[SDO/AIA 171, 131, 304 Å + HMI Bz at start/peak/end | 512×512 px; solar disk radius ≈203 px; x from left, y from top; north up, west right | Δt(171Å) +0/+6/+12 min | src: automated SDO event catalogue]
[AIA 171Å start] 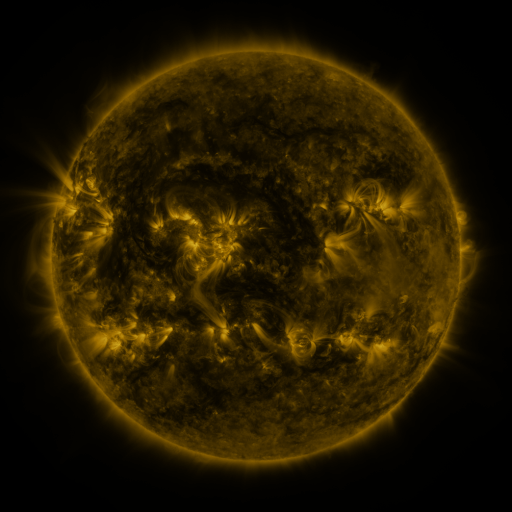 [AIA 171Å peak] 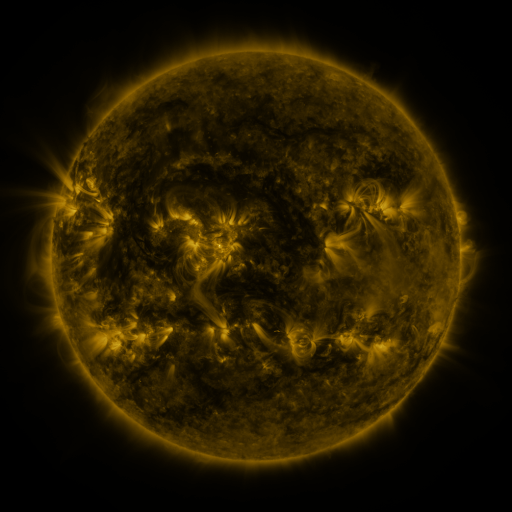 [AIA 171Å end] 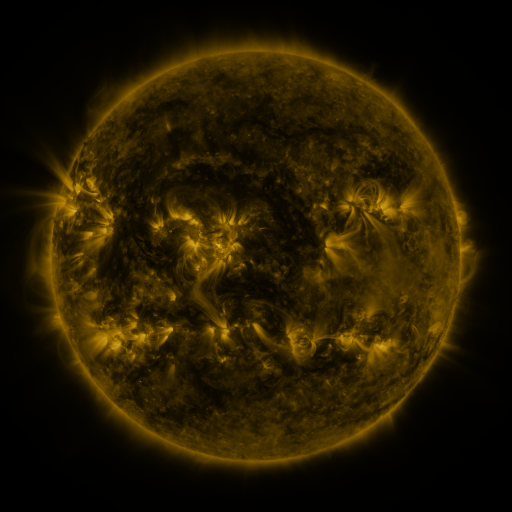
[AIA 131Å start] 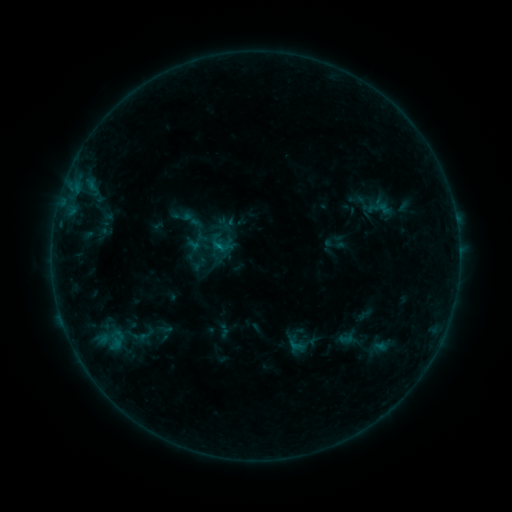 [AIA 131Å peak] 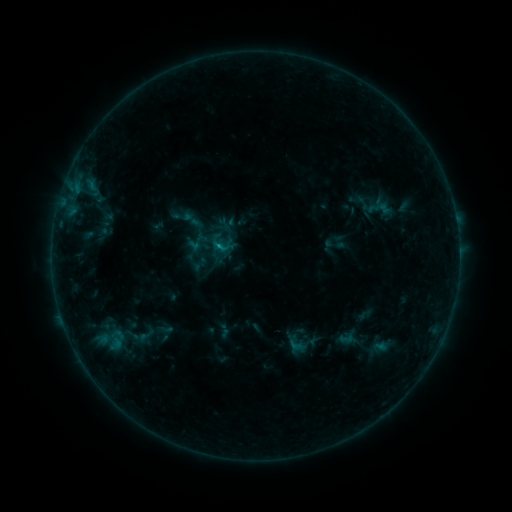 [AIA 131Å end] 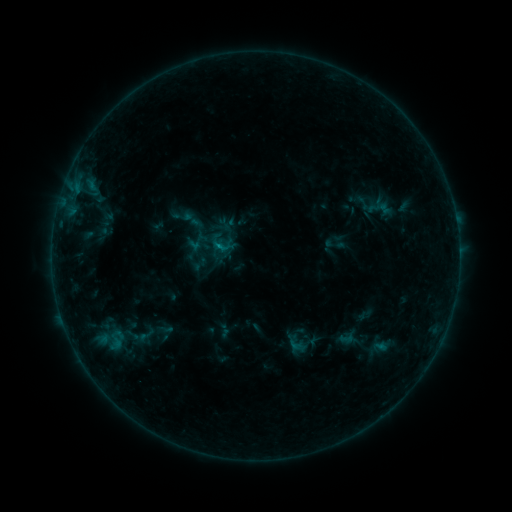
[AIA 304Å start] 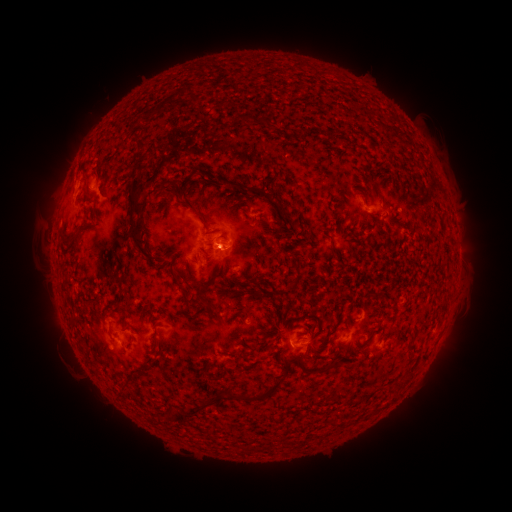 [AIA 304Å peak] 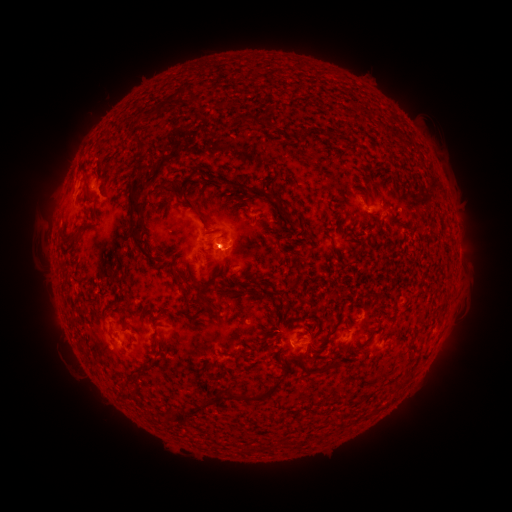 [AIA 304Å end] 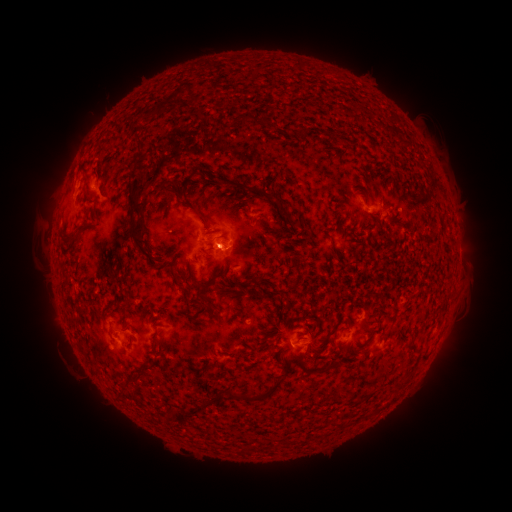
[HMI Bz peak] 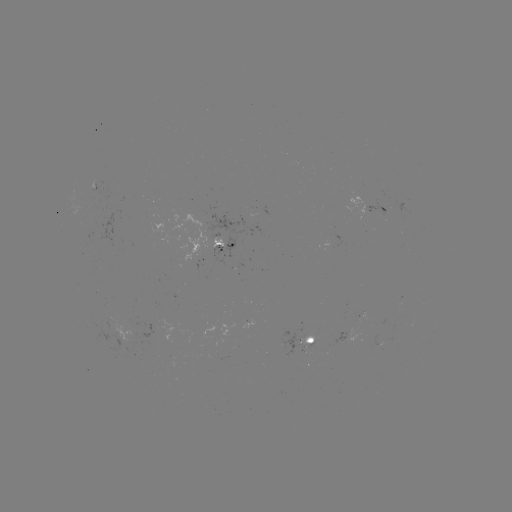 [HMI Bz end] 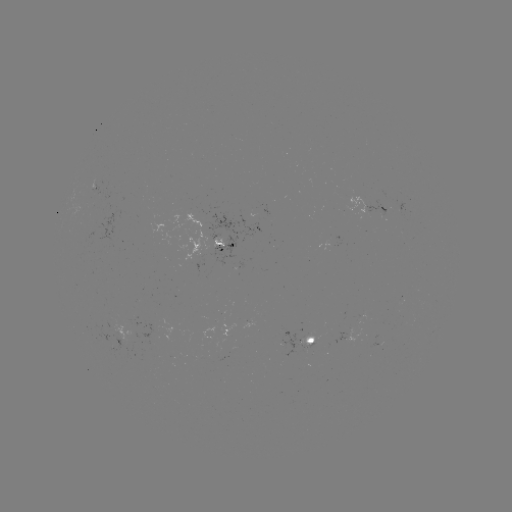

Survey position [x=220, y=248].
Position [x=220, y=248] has B6.6 flare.